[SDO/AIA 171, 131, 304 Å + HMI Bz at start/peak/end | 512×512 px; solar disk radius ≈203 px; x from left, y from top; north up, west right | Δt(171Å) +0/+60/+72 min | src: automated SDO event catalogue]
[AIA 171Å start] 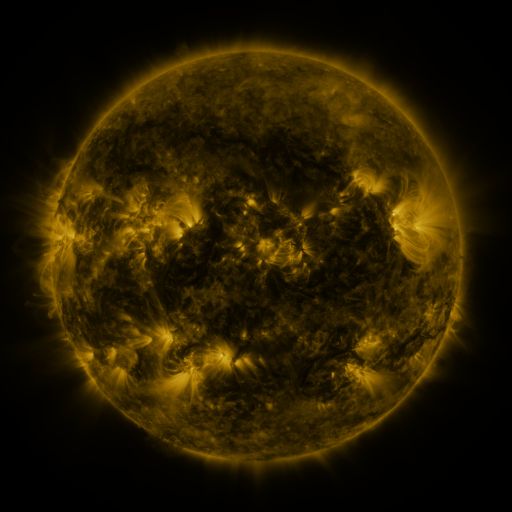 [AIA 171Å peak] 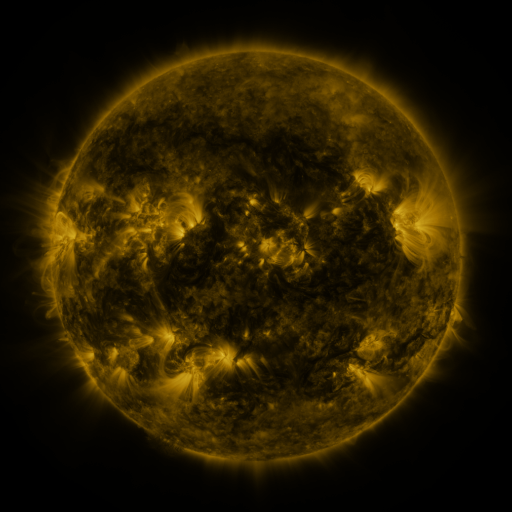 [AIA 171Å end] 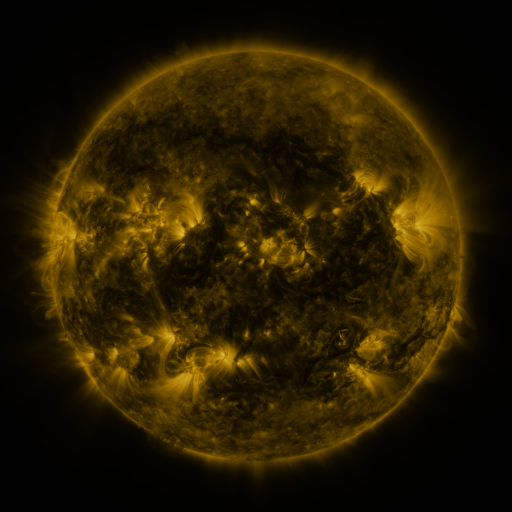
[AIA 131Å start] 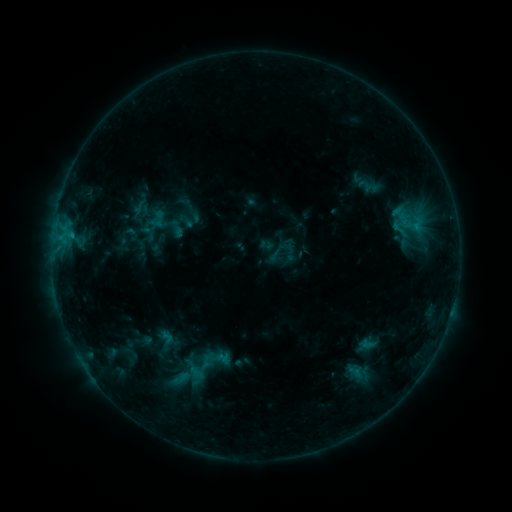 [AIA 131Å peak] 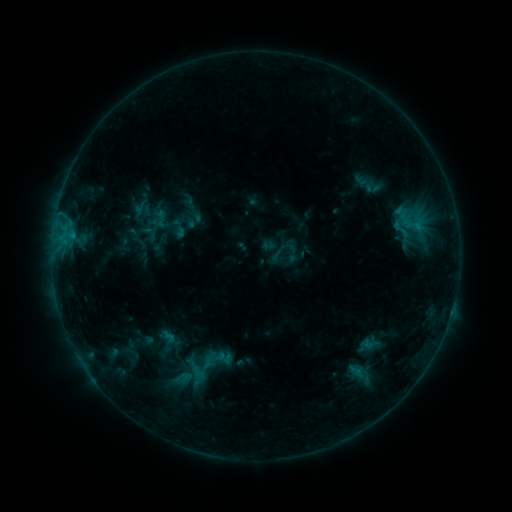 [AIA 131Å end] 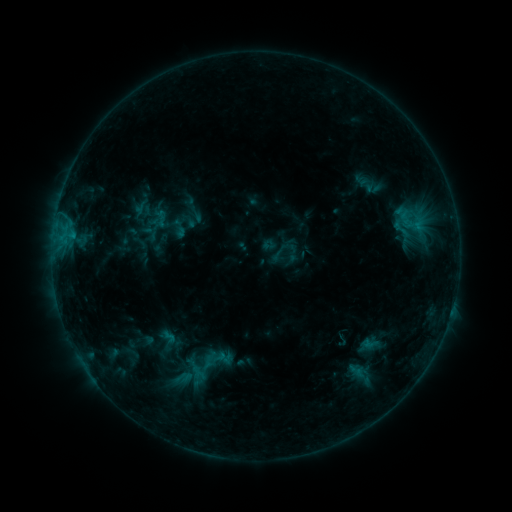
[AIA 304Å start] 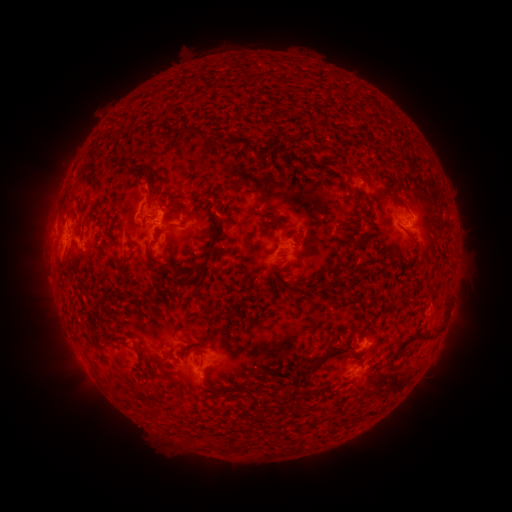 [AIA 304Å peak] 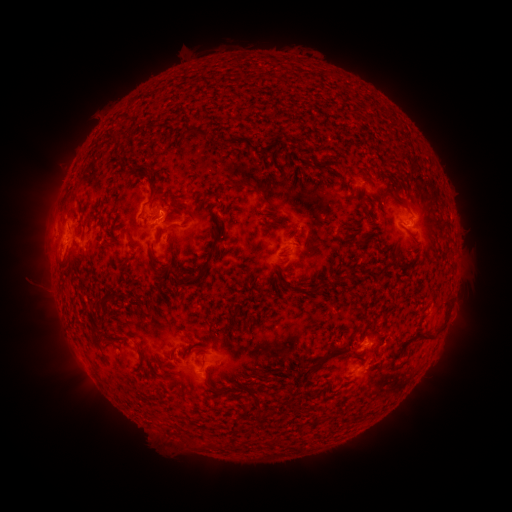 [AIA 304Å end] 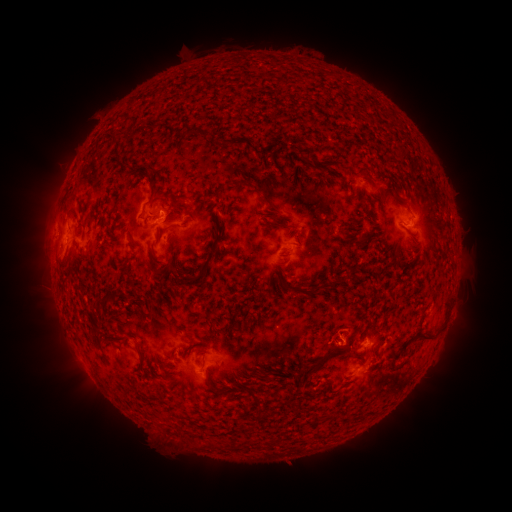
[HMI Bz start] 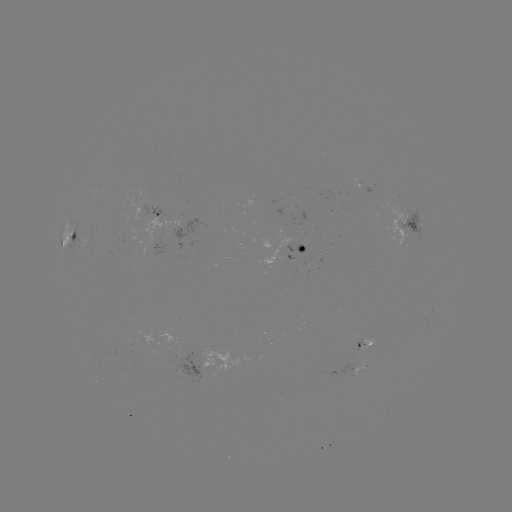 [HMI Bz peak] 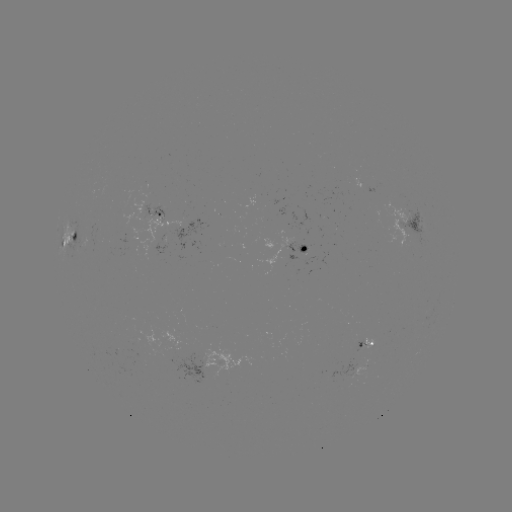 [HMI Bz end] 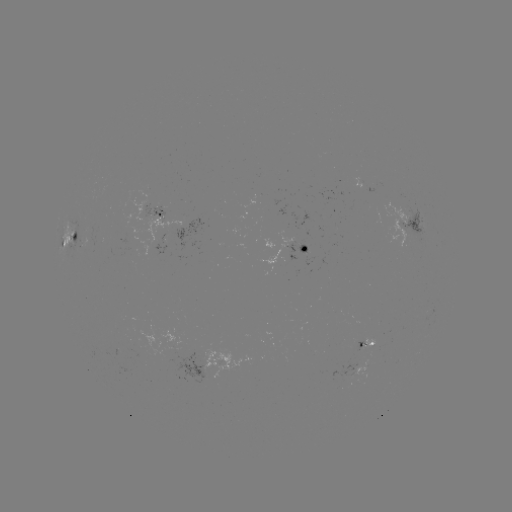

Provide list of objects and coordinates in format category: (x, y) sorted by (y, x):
emerging-flux region: (401, 216)
